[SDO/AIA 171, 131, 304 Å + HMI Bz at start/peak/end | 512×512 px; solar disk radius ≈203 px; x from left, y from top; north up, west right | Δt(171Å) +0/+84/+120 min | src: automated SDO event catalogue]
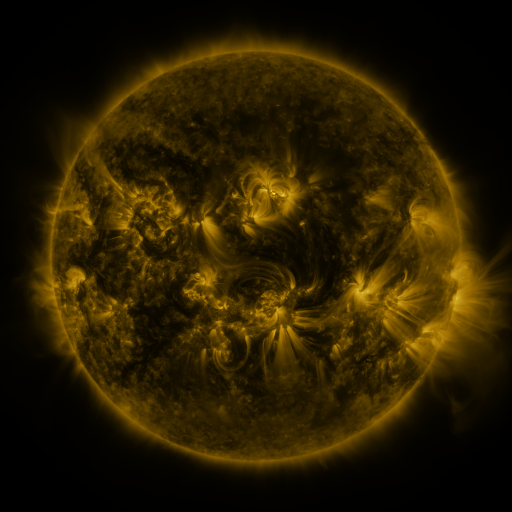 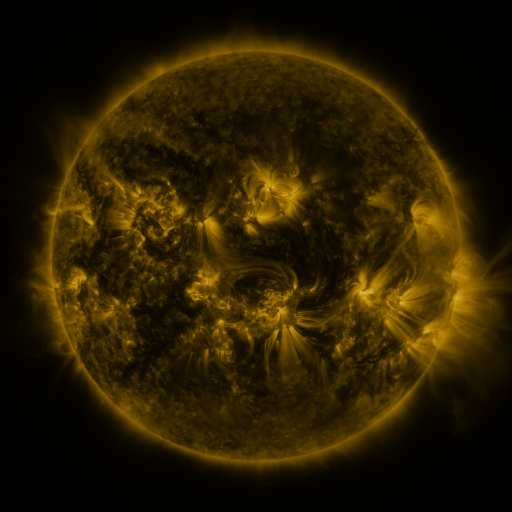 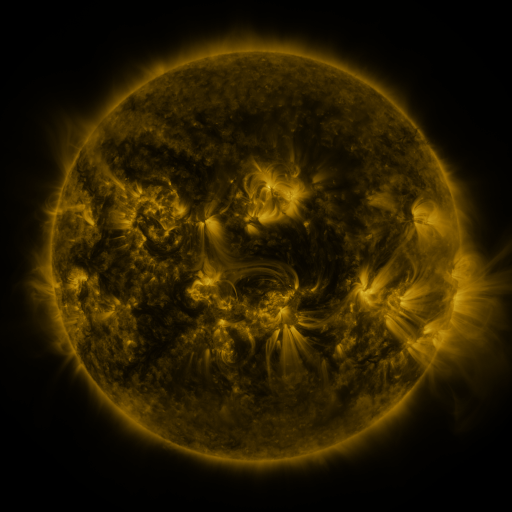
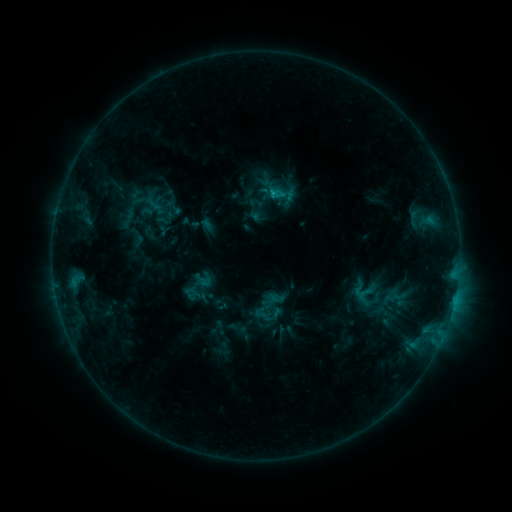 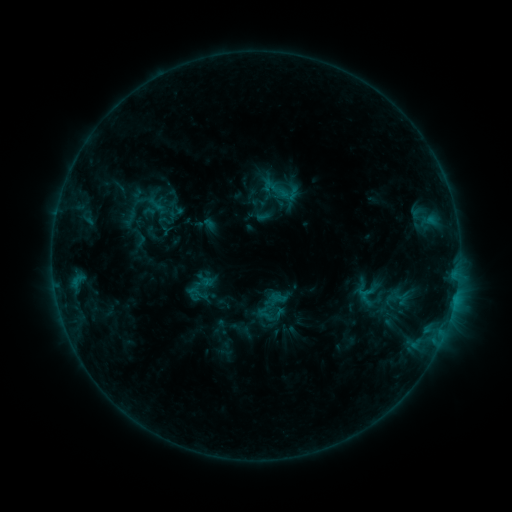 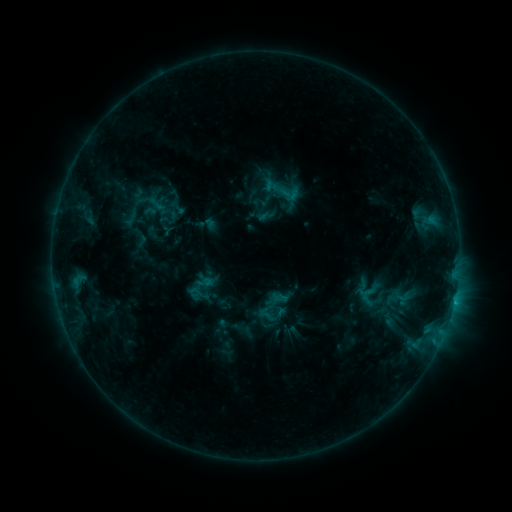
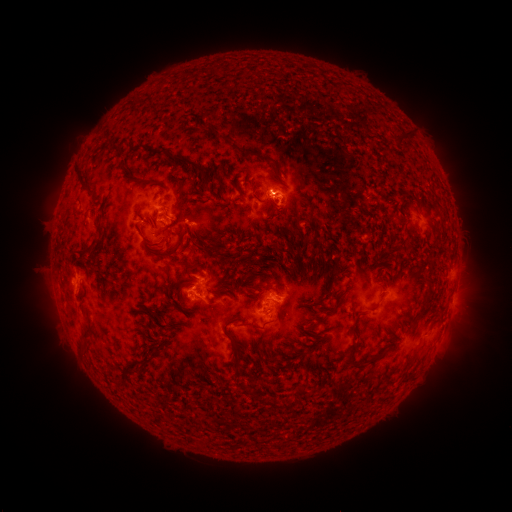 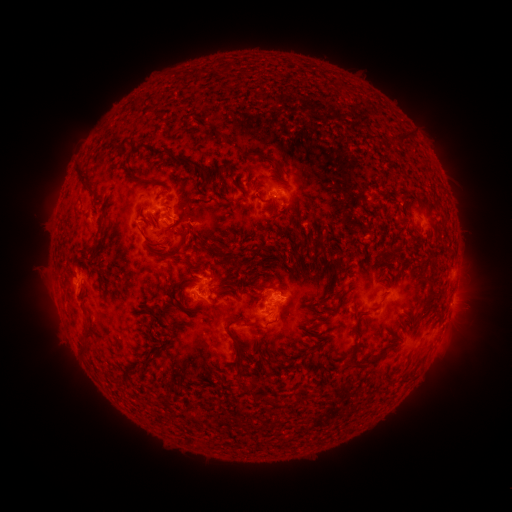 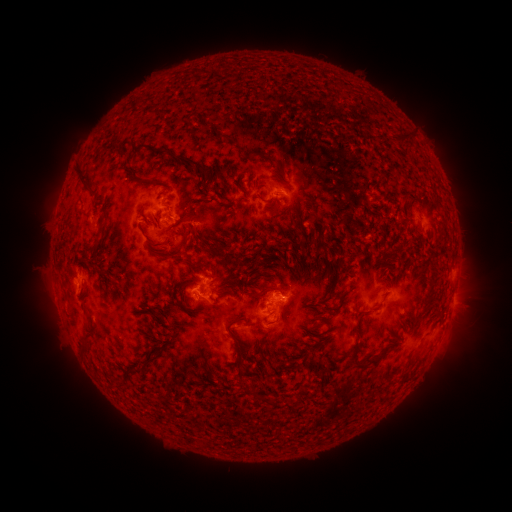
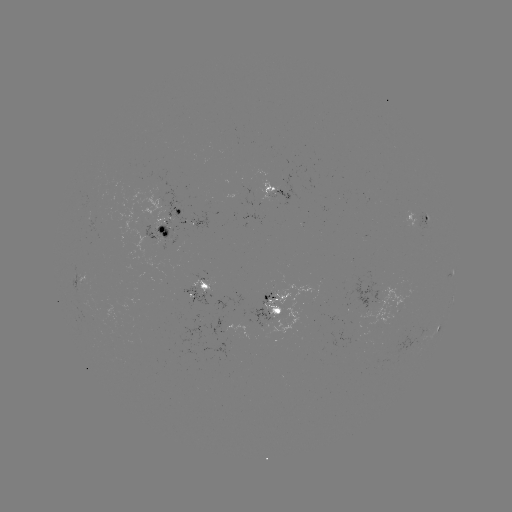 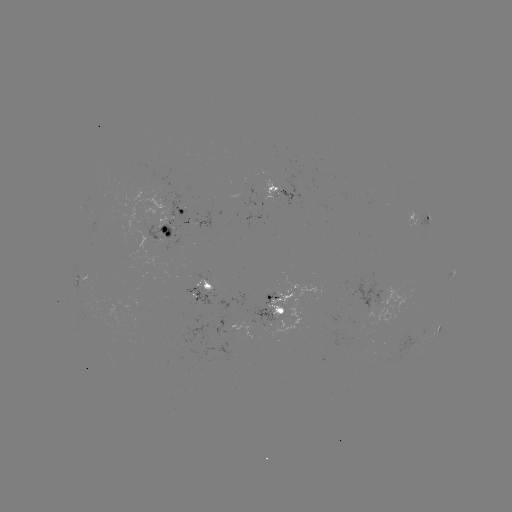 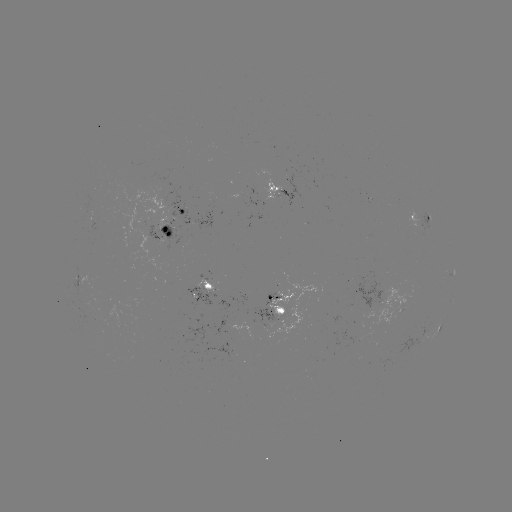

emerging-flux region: [190, 212, 211, 230]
